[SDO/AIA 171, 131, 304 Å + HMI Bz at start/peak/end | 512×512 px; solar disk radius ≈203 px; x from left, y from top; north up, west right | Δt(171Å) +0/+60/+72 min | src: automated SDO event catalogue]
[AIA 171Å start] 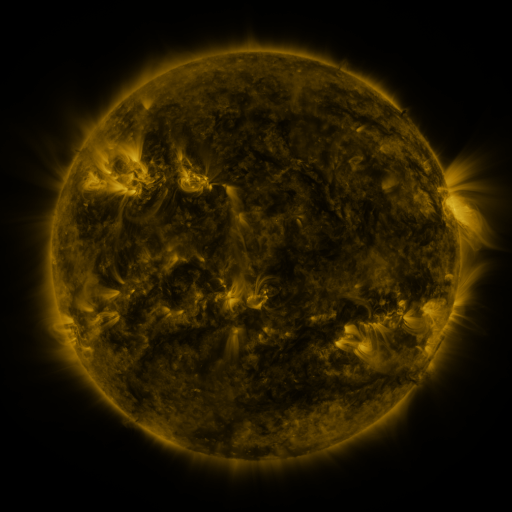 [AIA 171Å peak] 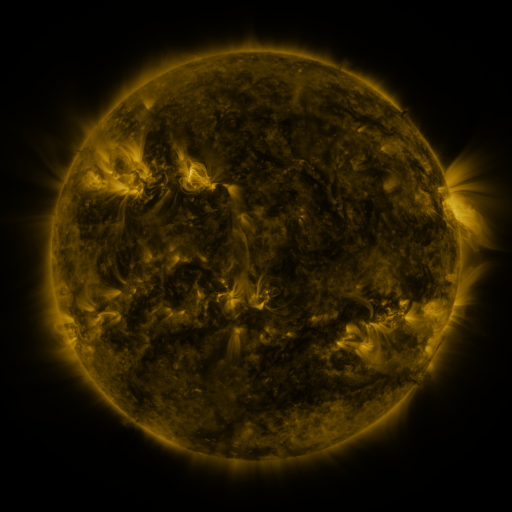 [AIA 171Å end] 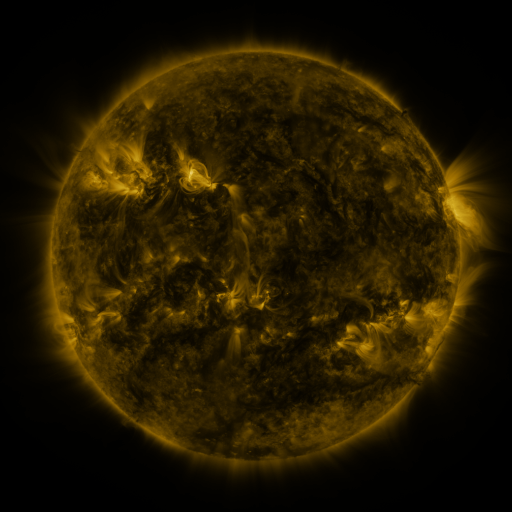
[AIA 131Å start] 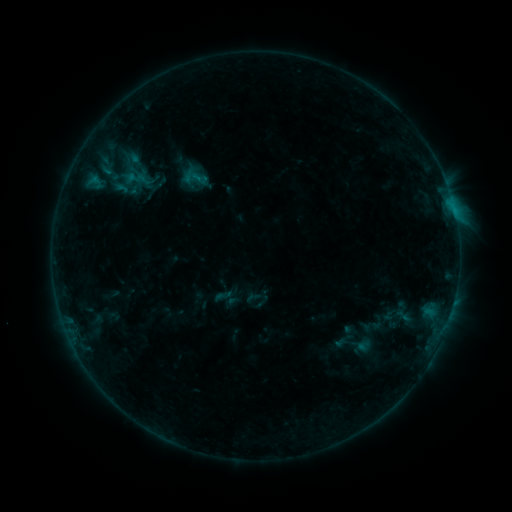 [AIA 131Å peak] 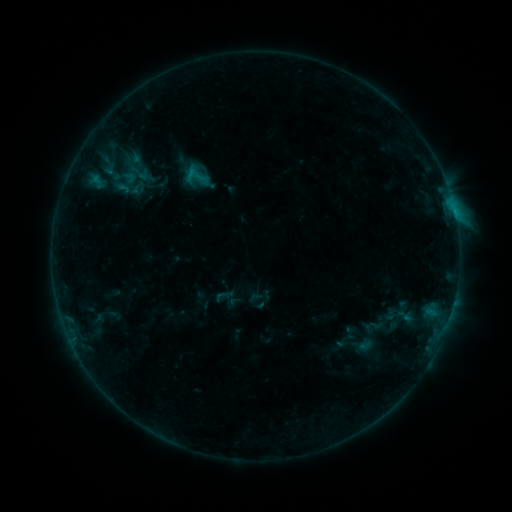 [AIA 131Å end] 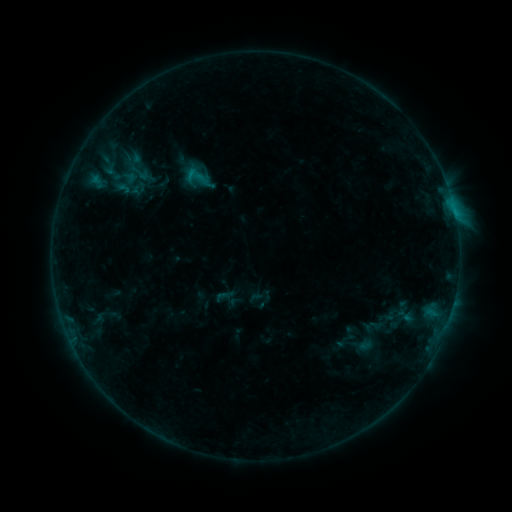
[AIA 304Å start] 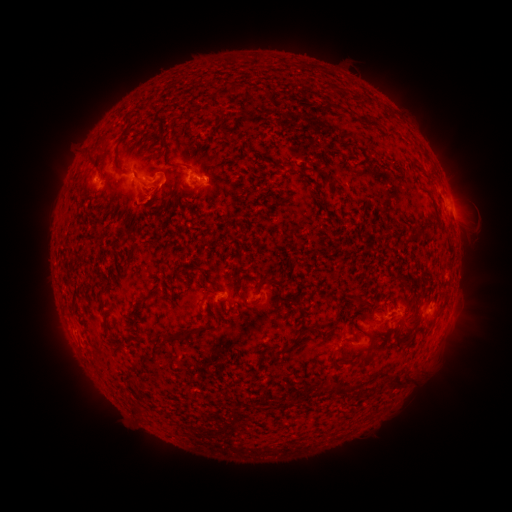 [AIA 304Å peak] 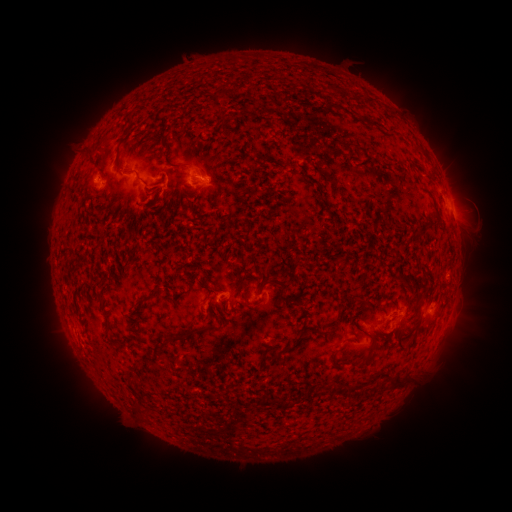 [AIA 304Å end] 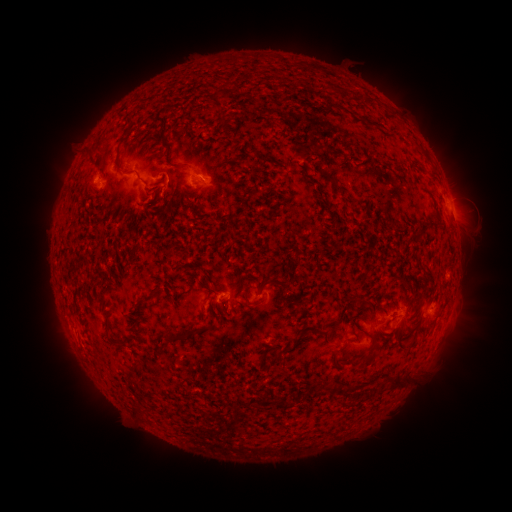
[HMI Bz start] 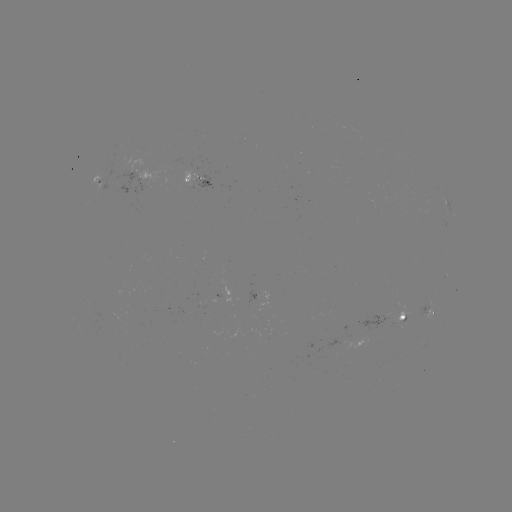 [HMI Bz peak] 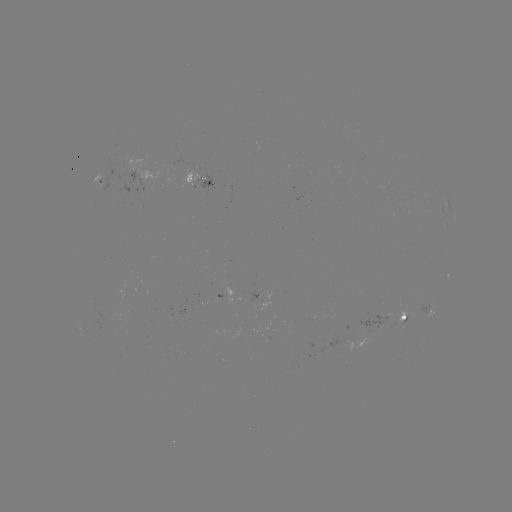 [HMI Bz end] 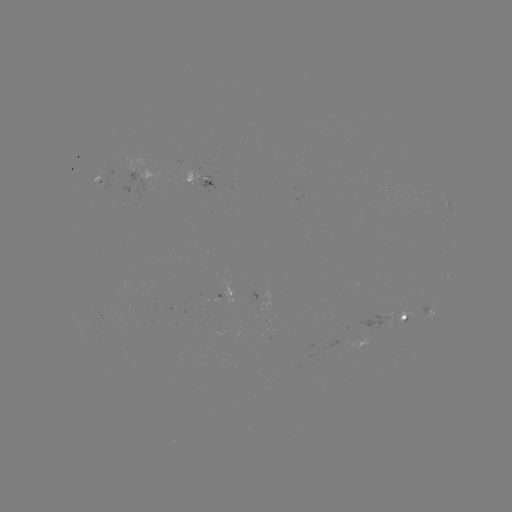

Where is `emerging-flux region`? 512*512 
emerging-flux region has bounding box [396, 304, 407, 324].